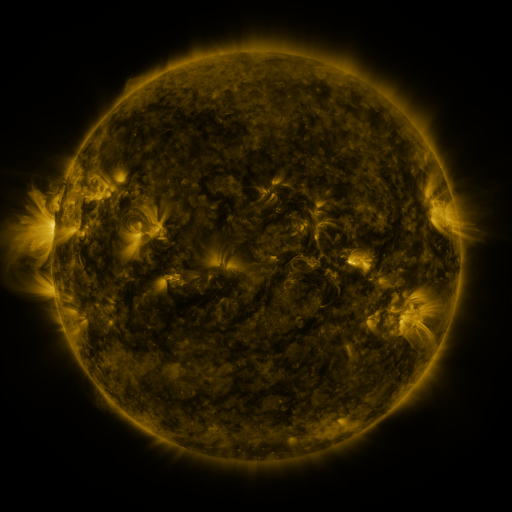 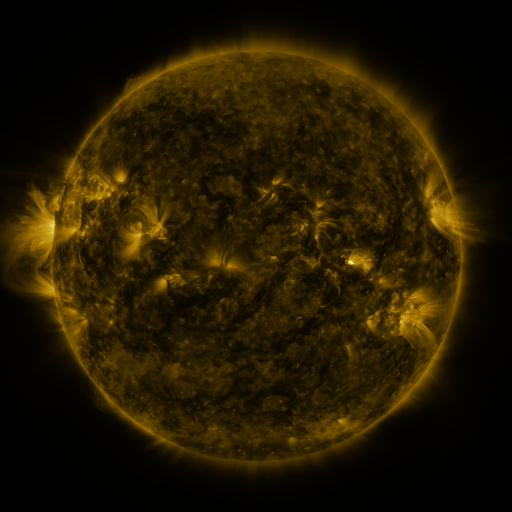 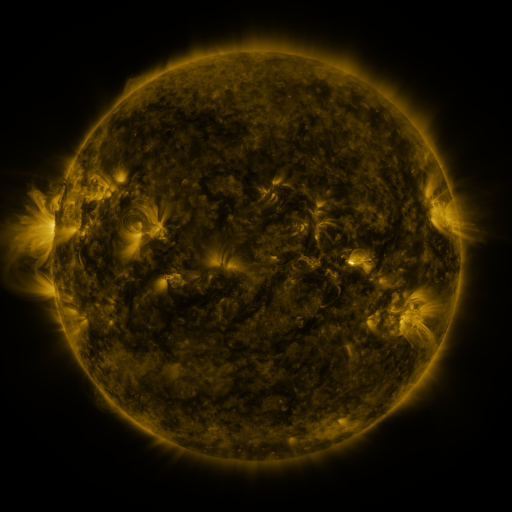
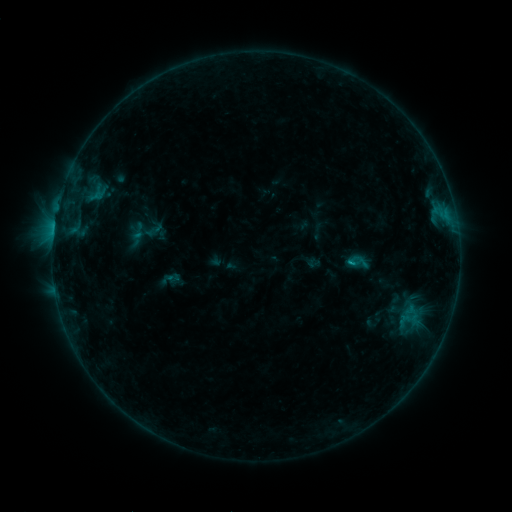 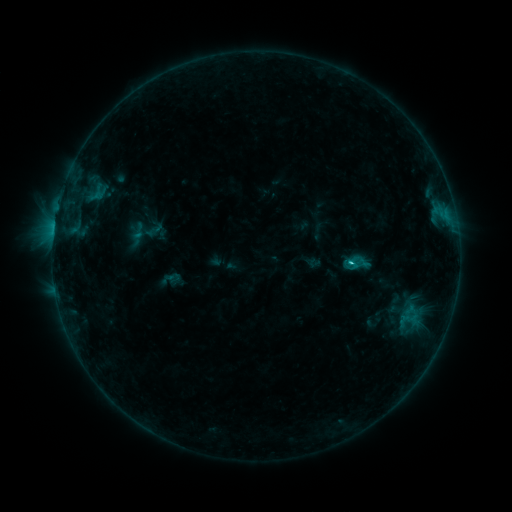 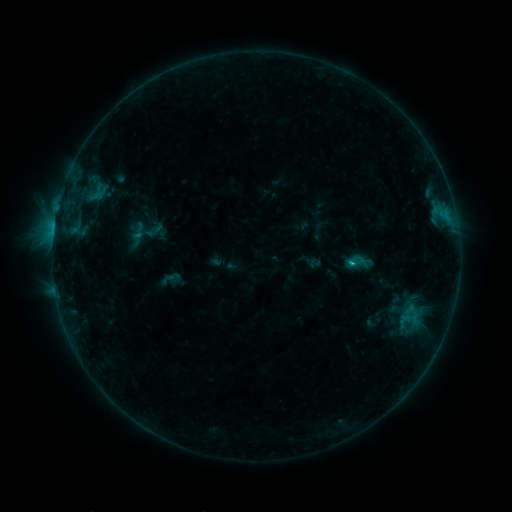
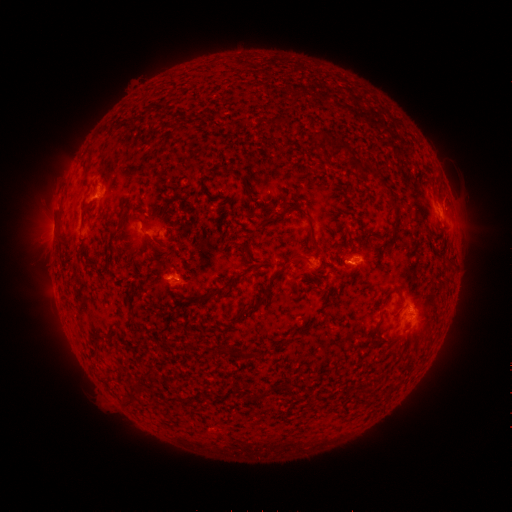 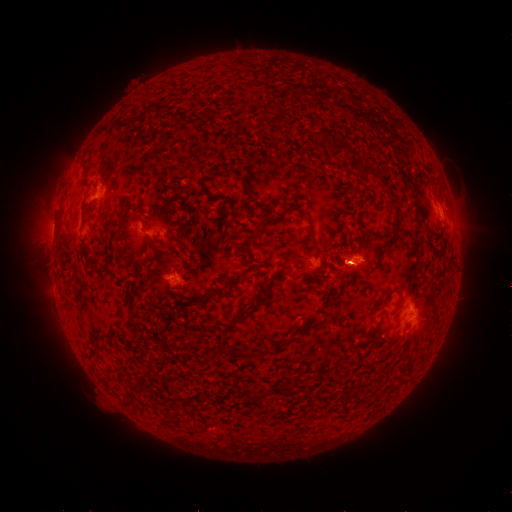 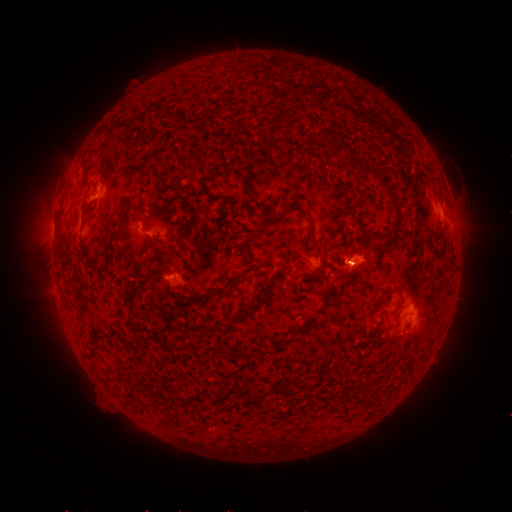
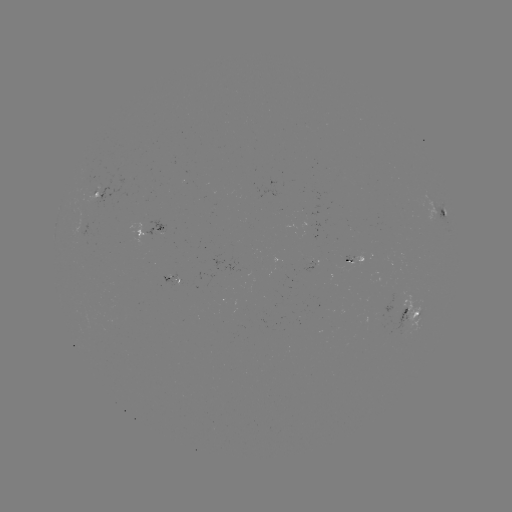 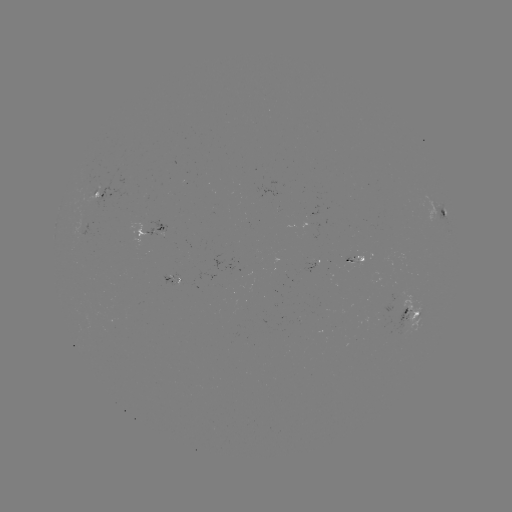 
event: flare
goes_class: C1.1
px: (351, 261)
